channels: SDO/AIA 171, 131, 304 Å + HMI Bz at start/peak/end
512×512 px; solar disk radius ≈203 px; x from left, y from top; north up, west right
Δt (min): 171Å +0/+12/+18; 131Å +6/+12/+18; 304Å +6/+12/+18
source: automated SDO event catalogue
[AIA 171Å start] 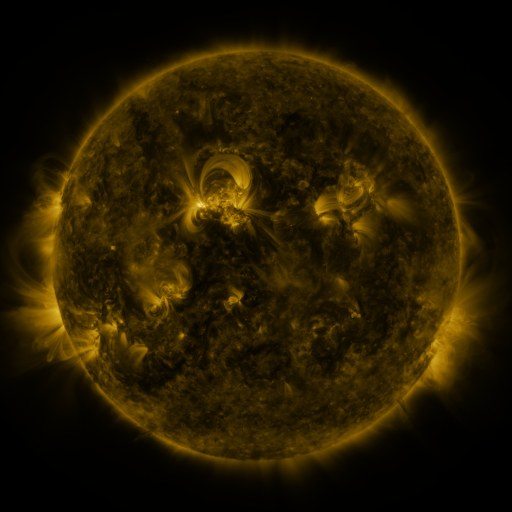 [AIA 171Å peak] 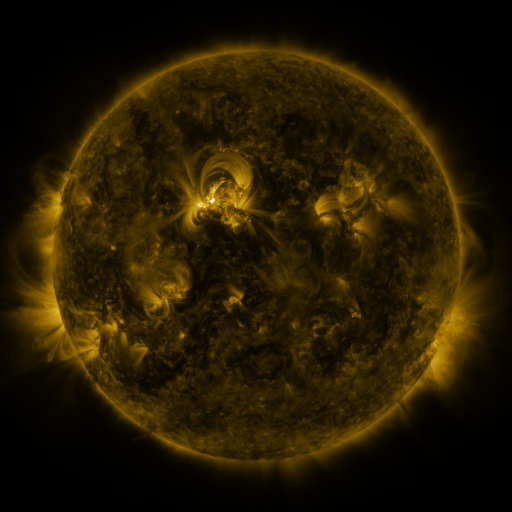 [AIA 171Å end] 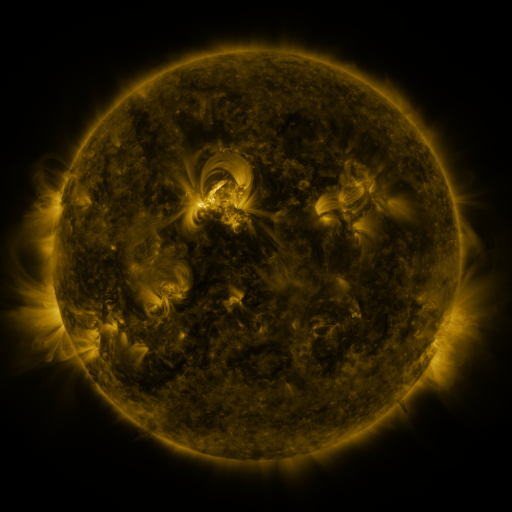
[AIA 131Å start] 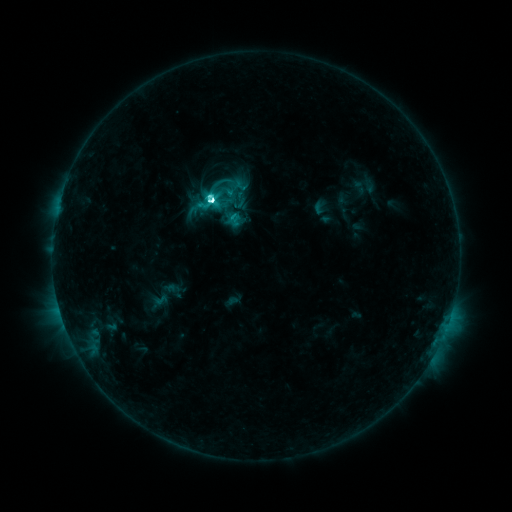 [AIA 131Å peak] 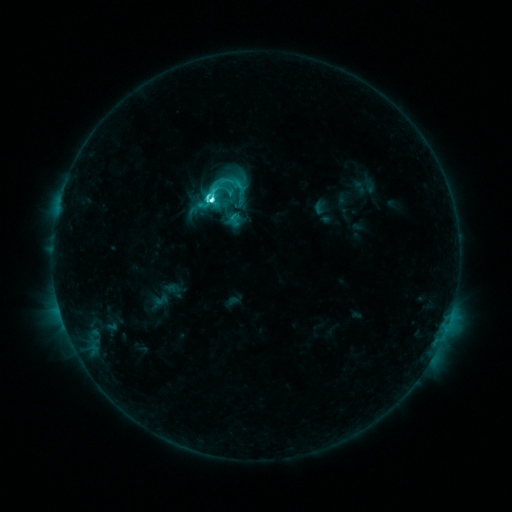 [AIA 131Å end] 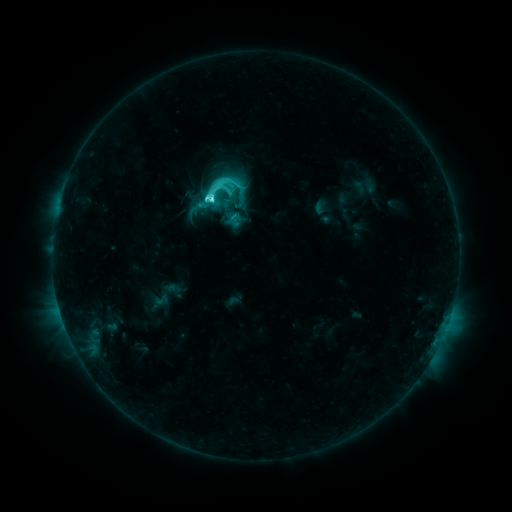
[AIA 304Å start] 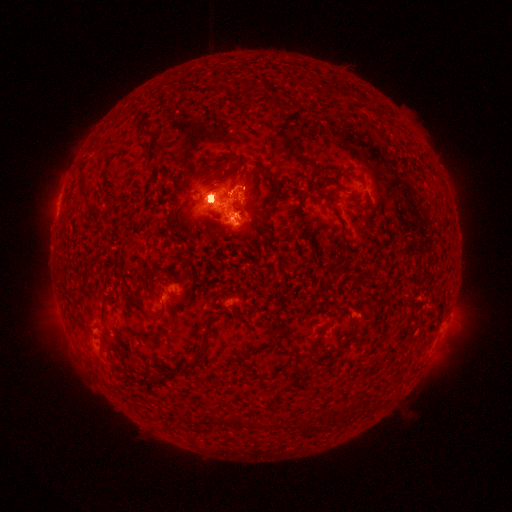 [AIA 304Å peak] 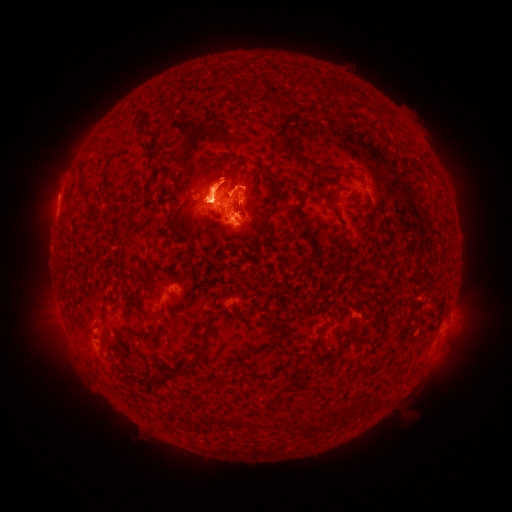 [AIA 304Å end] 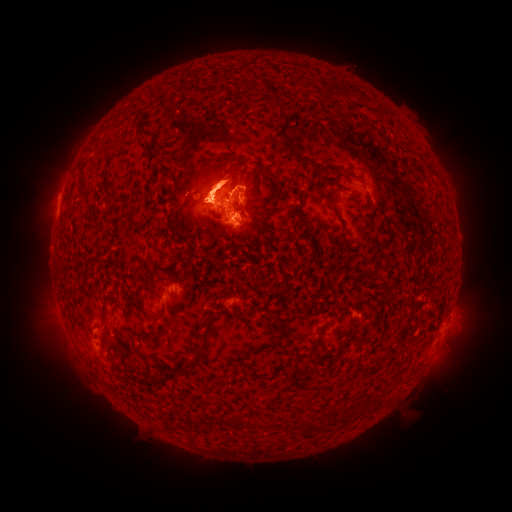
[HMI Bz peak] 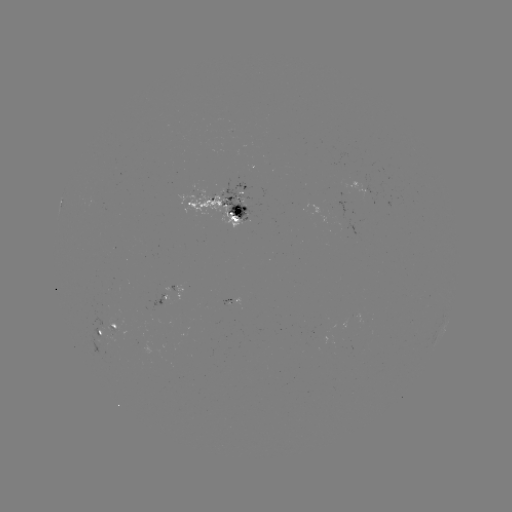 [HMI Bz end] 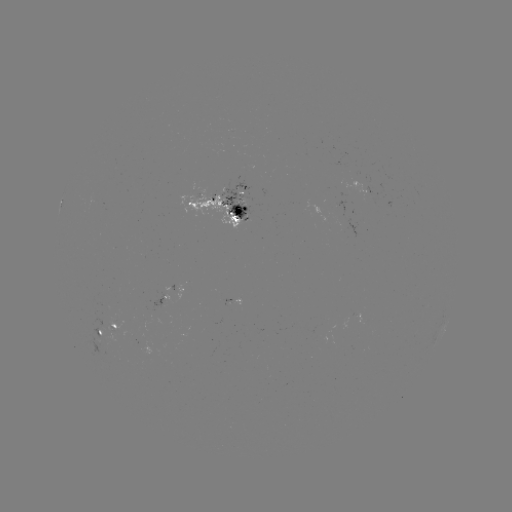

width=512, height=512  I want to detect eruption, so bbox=[41, 310, 103, 392].